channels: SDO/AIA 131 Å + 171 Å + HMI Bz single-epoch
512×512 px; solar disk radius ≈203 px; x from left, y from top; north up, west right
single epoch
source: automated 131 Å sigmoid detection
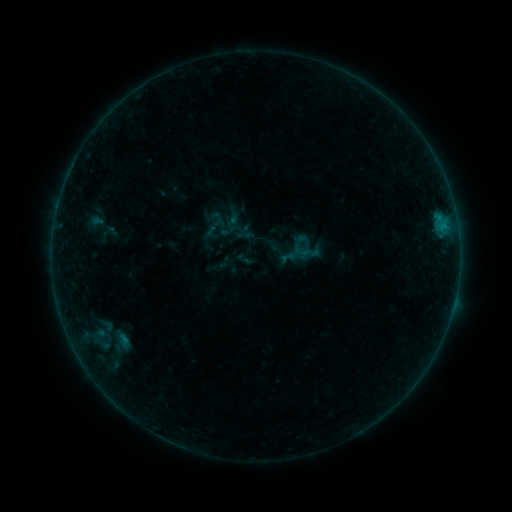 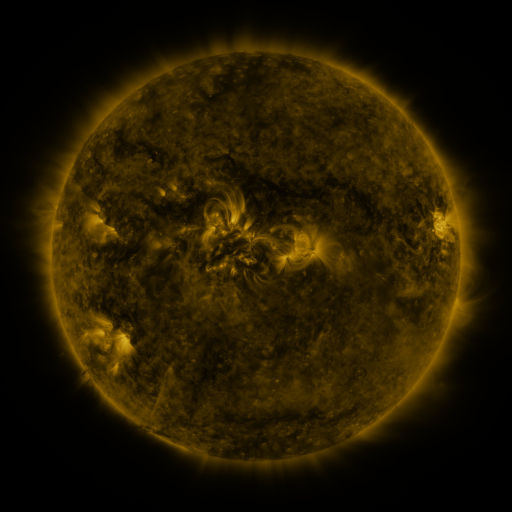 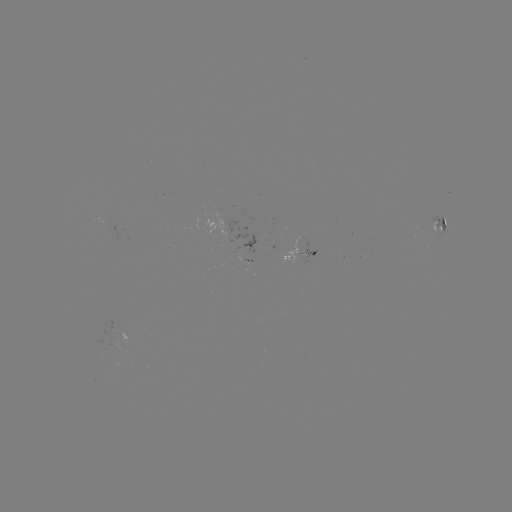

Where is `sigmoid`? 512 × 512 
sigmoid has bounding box [301, 244, 319, 261].